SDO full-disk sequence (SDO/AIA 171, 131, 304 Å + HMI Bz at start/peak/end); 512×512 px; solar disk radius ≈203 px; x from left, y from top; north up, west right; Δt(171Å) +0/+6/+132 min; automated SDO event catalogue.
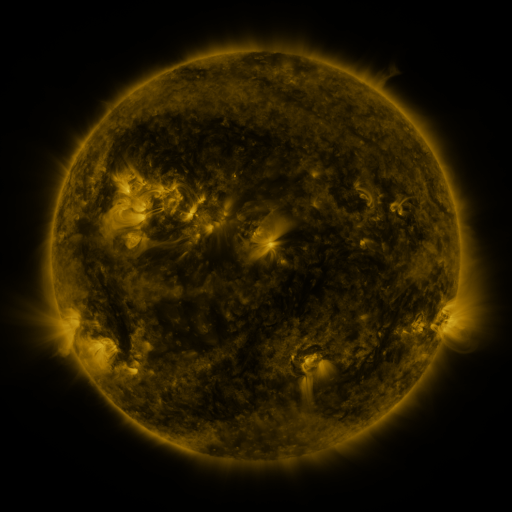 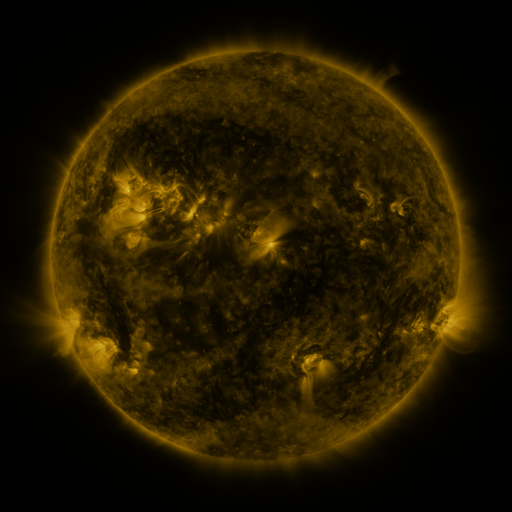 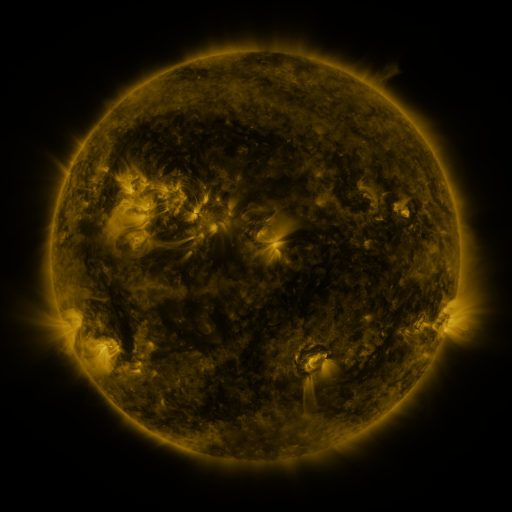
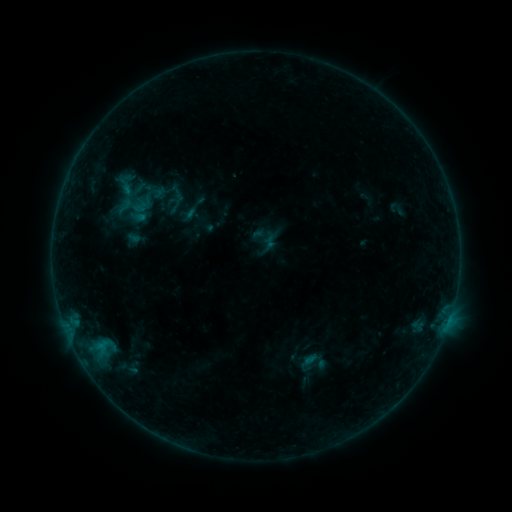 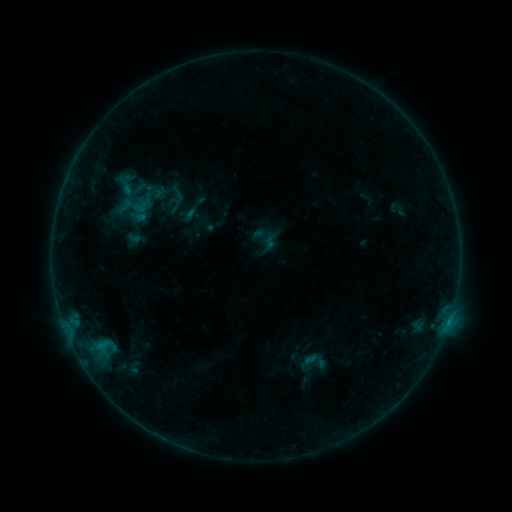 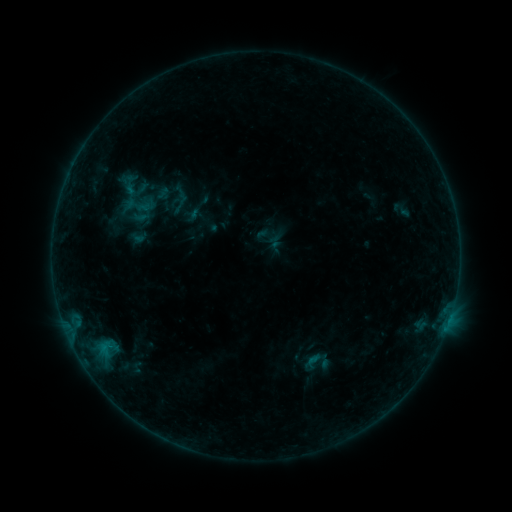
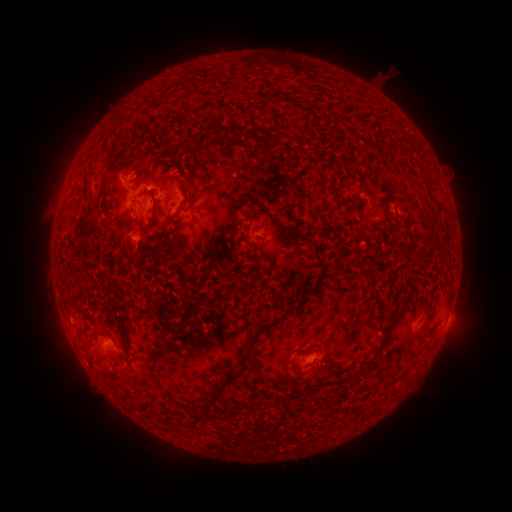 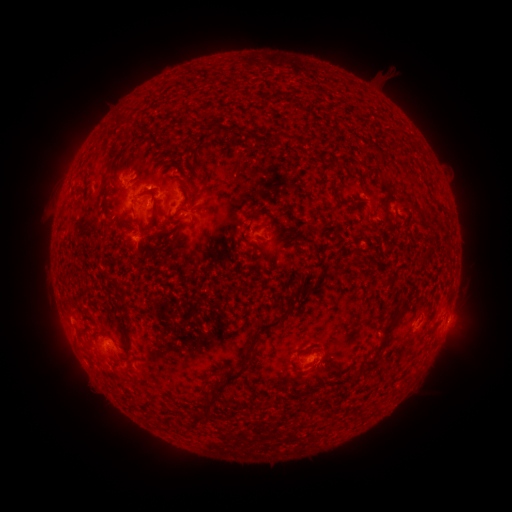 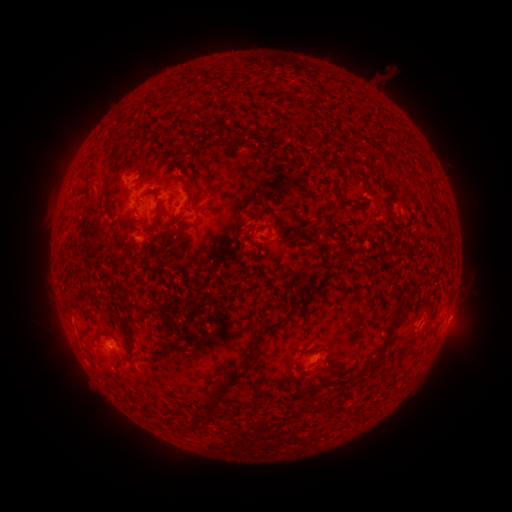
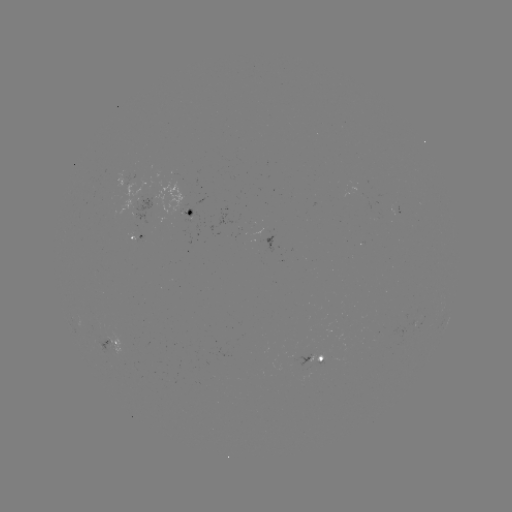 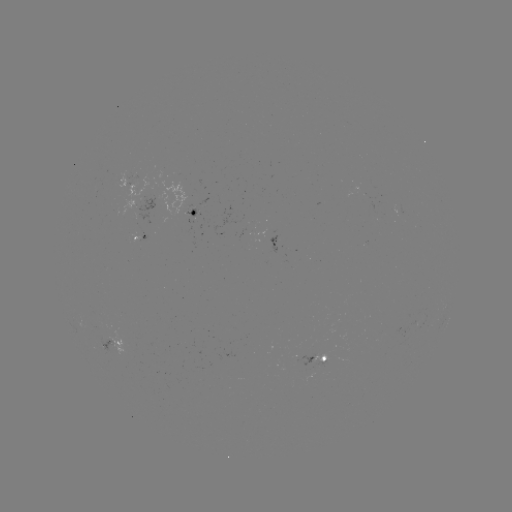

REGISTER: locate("B3.6 flare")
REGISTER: [448, 322]